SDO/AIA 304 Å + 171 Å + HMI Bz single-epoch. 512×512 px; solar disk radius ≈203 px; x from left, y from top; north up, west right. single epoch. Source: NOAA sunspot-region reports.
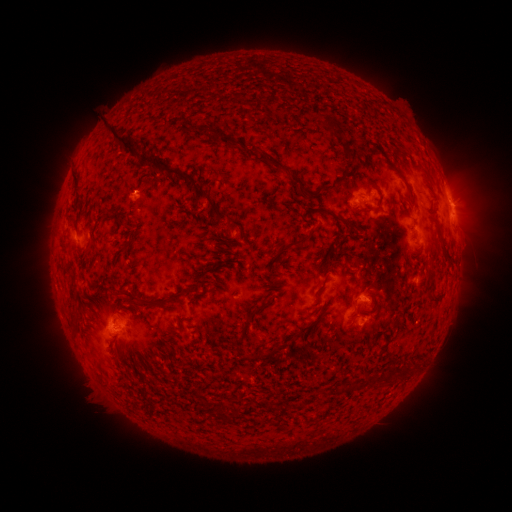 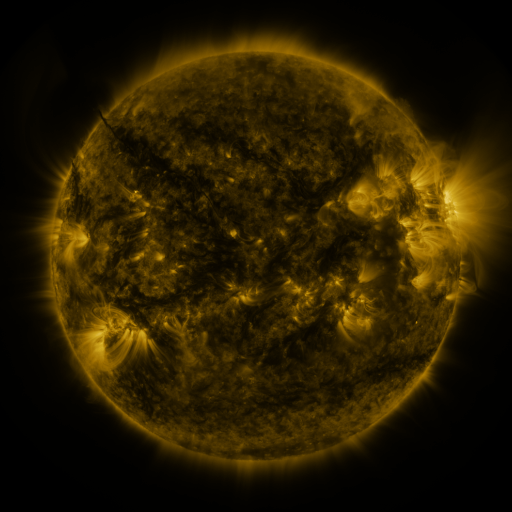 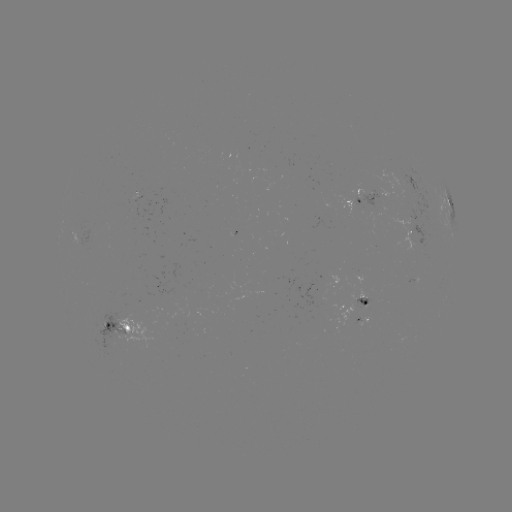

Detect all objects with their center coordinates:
spotted active region: (362, 198)
spotted active region: (450, 203)
spotted active region: (412, 229)
spotted active region: (90, 236)
spotted active region: (363, 311)
spotted active region: (122, 327)
